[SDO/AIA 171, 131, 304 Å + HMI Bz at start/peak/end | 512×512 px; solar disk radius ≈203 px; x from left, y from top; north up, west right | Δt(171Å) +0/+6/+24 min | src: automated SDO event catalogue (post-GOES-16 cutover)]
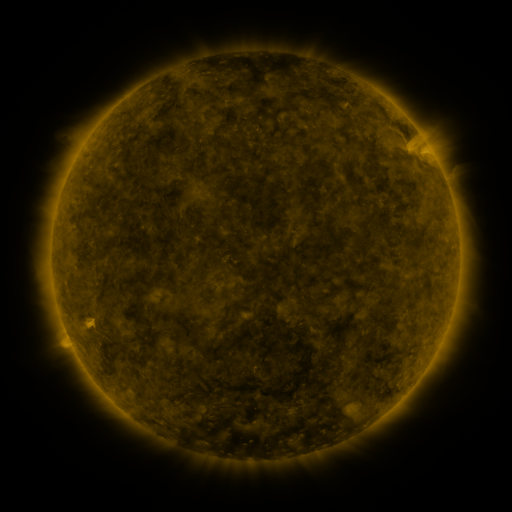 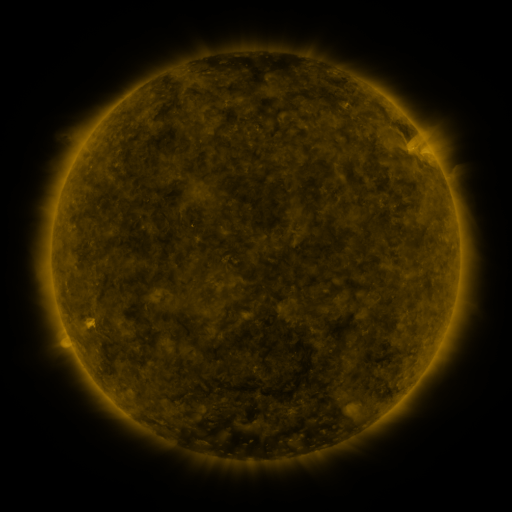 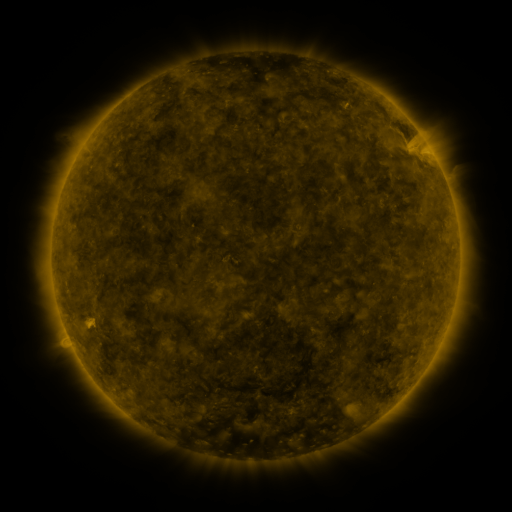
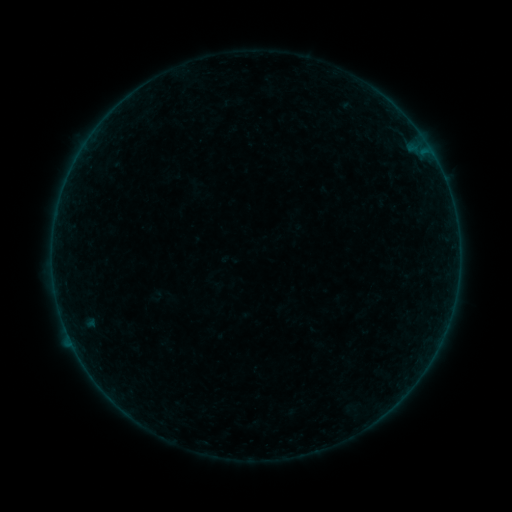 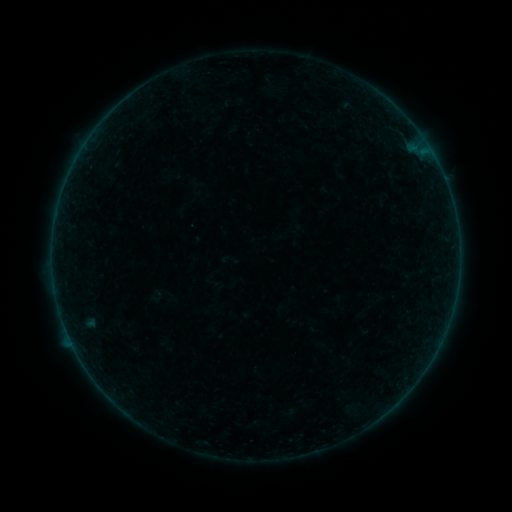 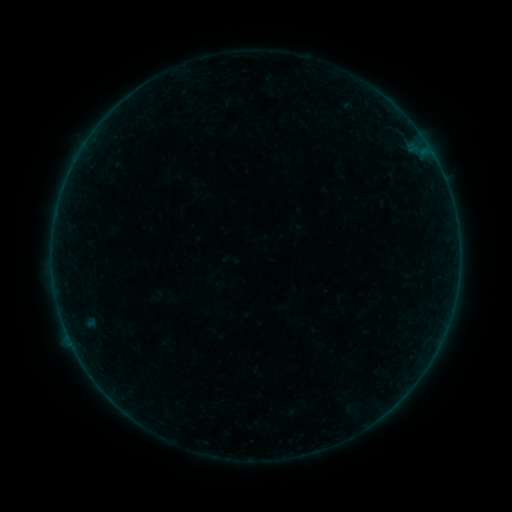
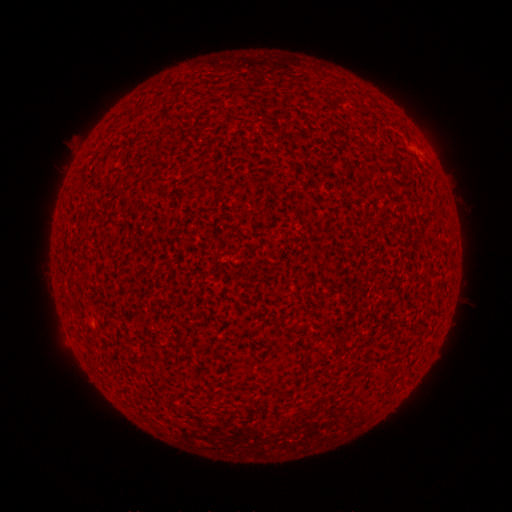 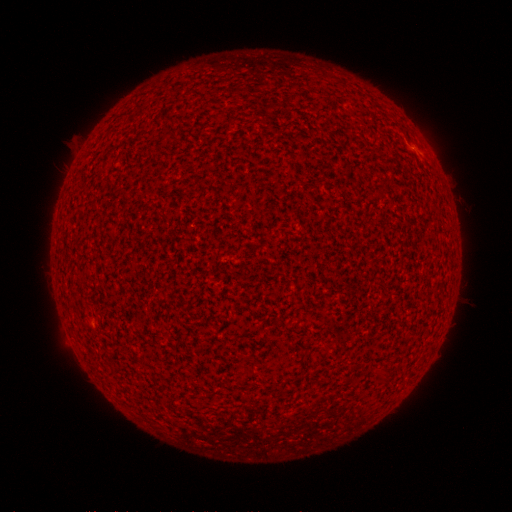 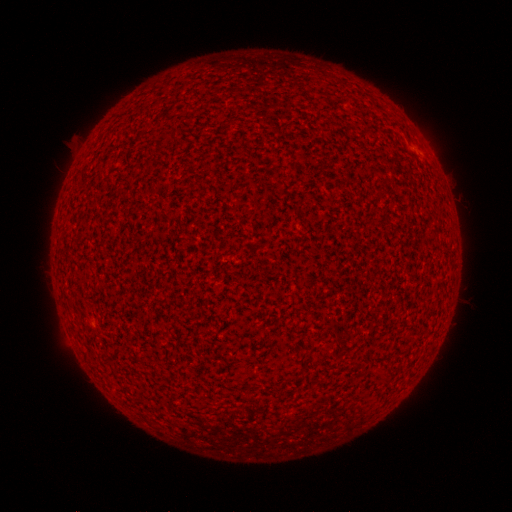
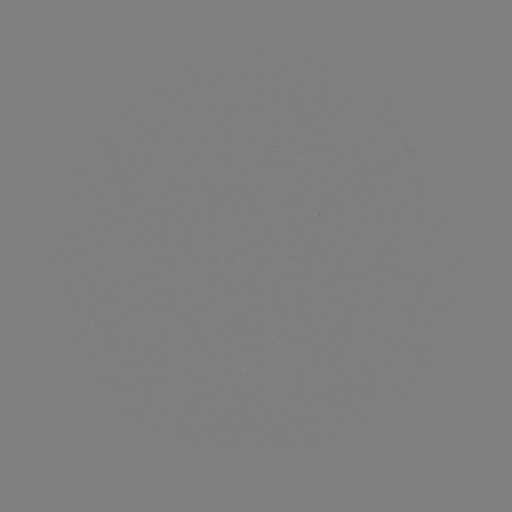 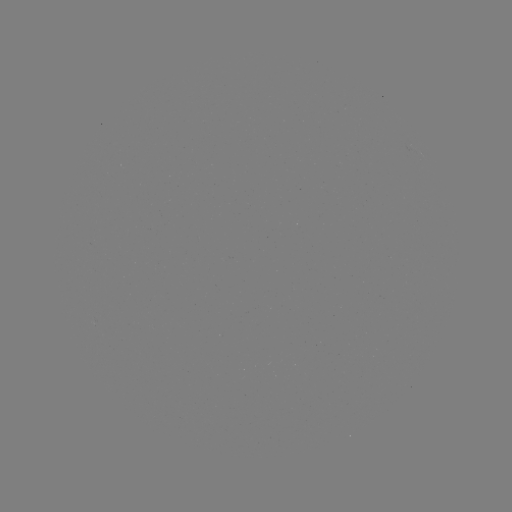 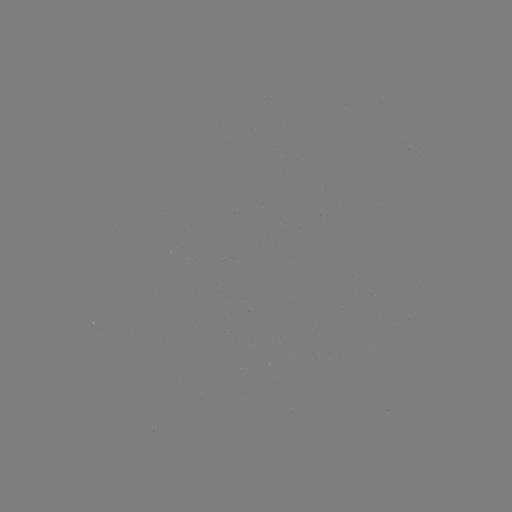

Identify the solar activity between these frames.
A3.2 flare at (414, 149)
